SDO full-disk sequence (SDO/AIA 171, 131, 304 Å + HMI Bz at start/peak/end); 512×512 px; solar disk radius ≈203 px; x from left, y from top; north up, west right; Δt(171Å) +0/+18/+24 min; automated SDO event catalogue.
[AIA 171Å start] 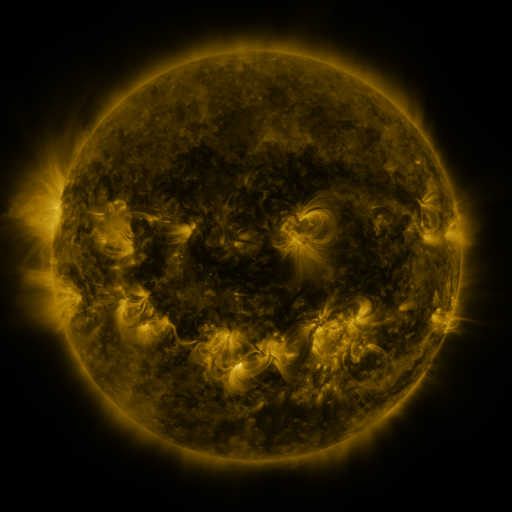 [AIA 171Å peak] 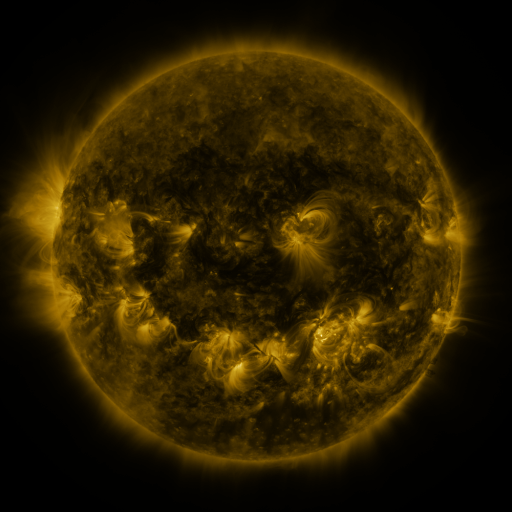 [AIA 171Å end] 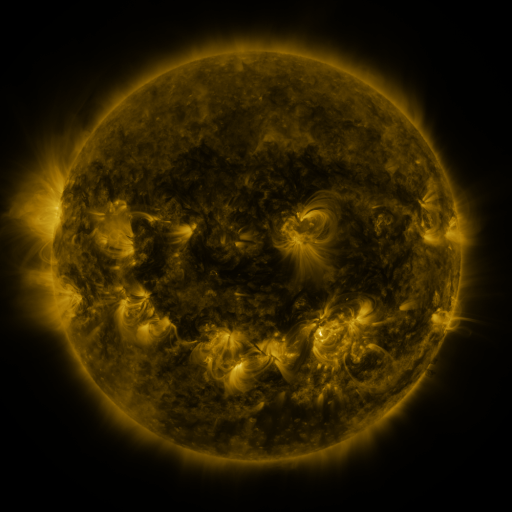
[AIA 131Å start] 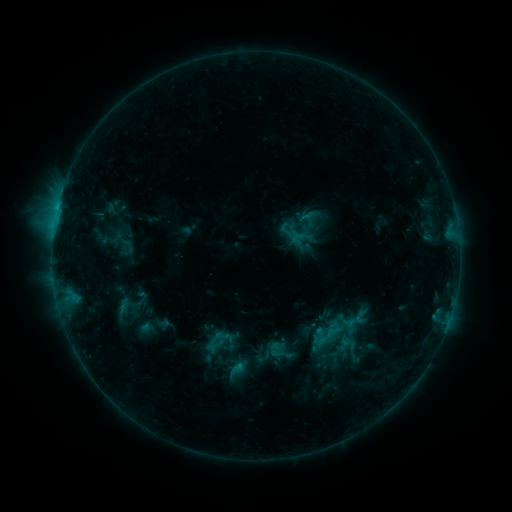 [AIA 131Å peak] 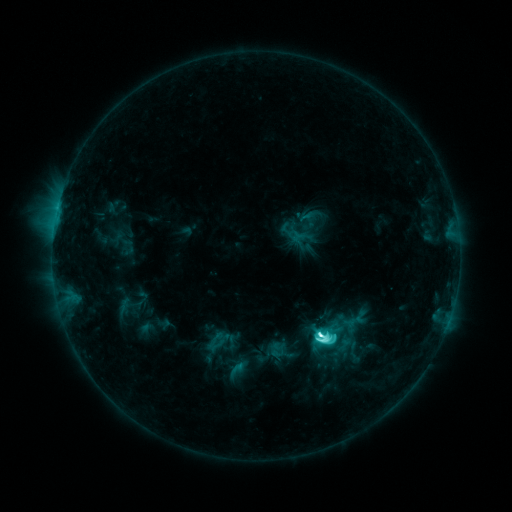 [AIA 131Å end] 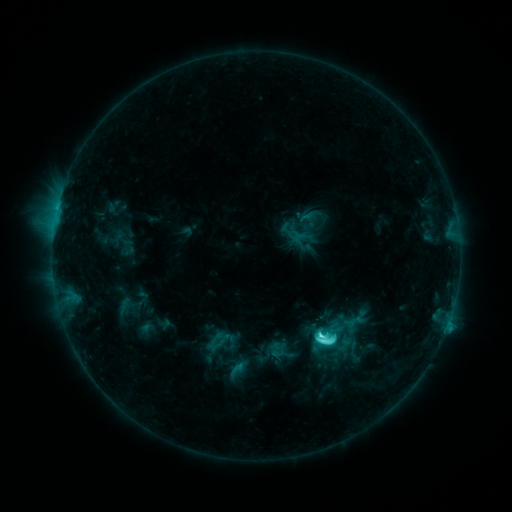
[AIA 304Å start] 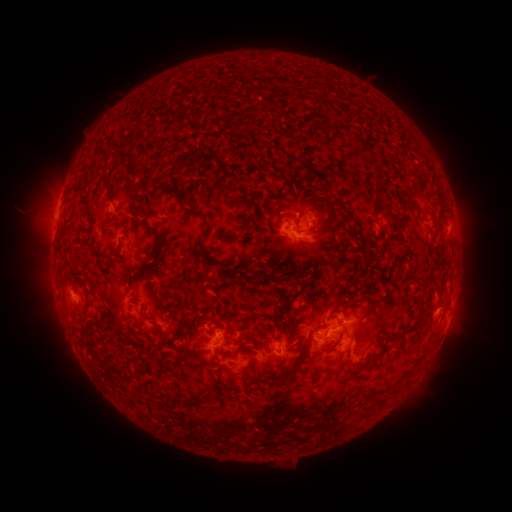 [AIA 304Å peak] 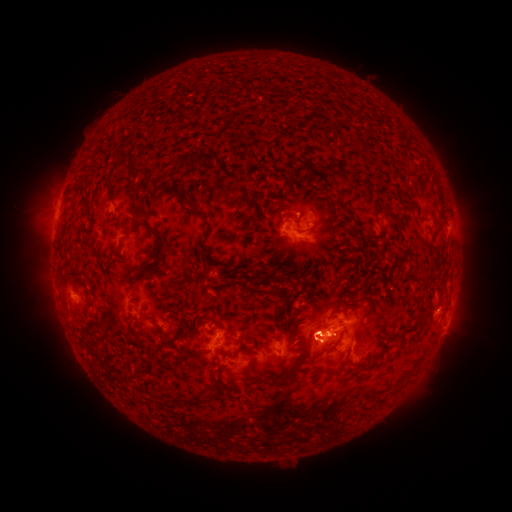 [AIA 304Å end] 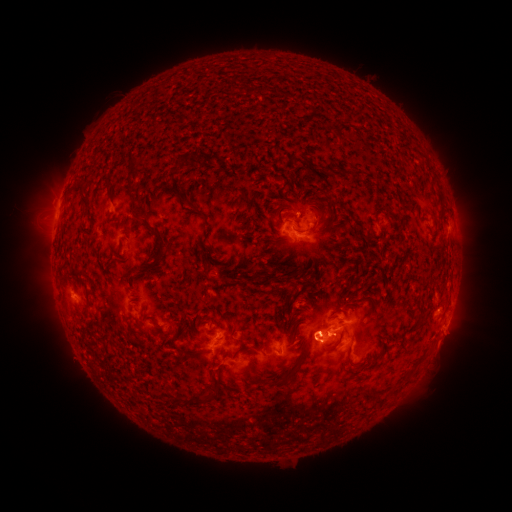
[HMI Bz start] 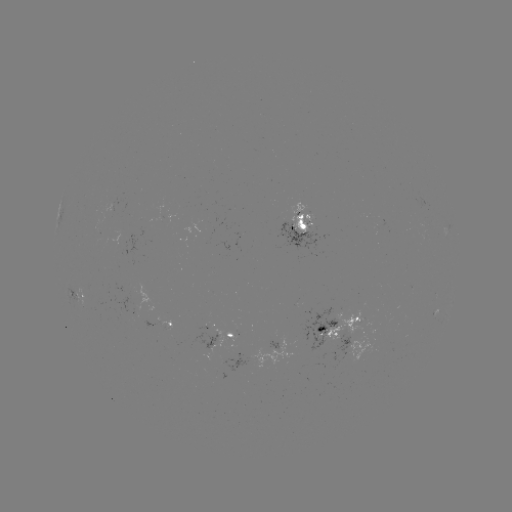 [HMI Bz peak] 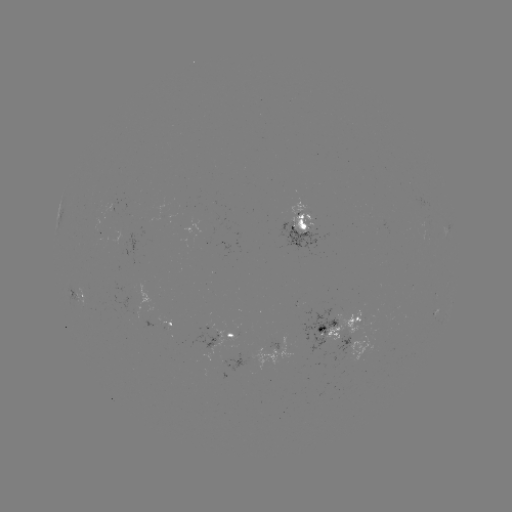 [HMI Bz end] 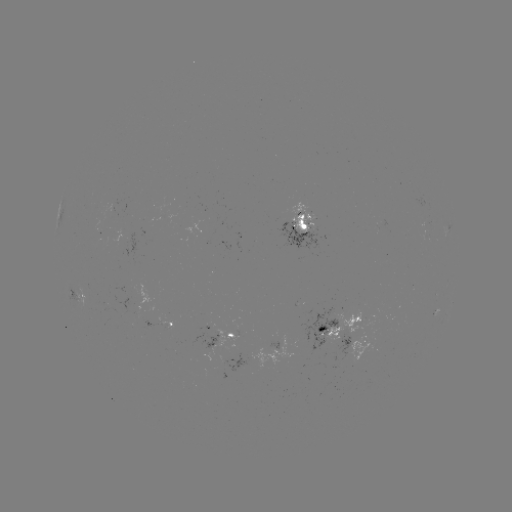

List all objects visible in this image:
C9.5 flare: (320, 331)
